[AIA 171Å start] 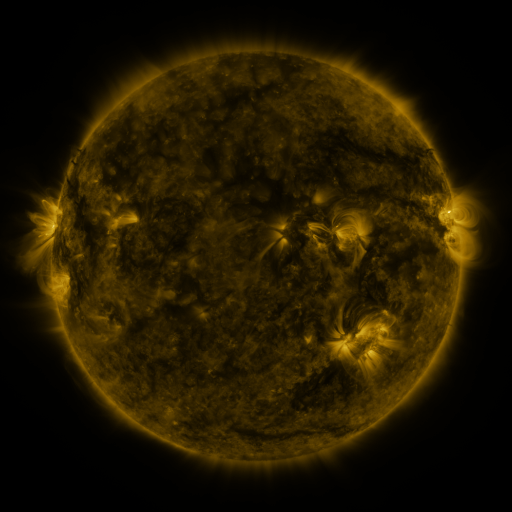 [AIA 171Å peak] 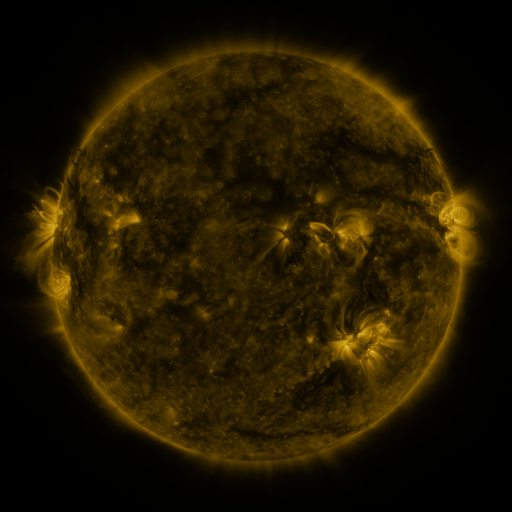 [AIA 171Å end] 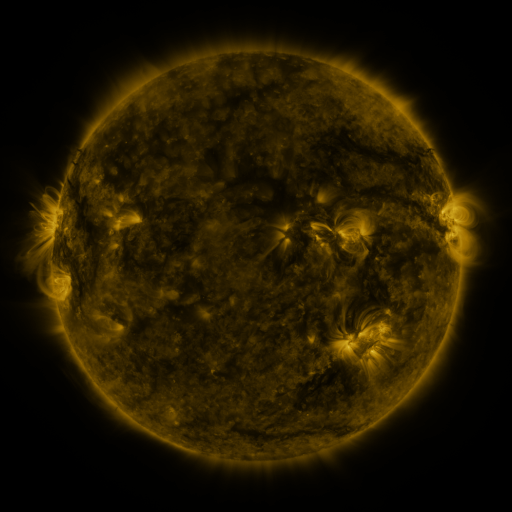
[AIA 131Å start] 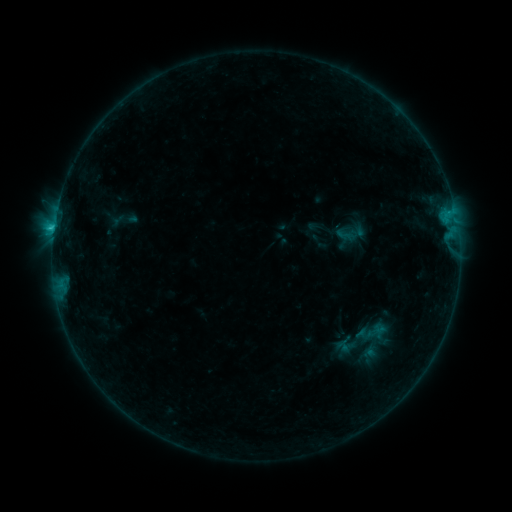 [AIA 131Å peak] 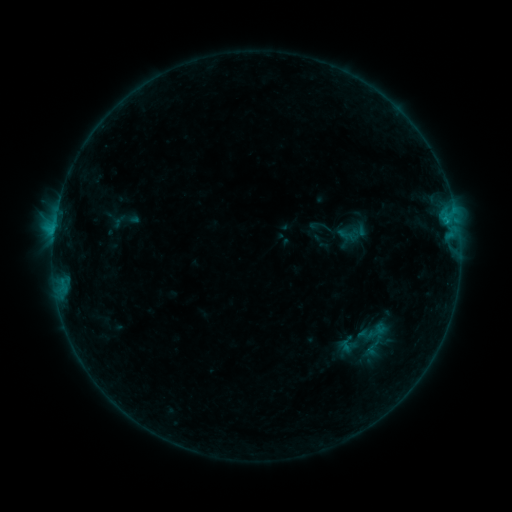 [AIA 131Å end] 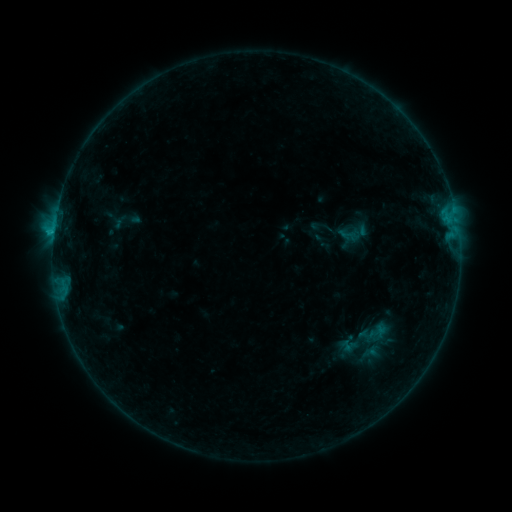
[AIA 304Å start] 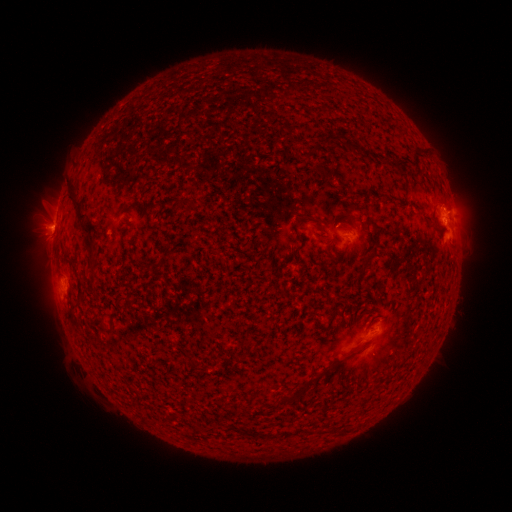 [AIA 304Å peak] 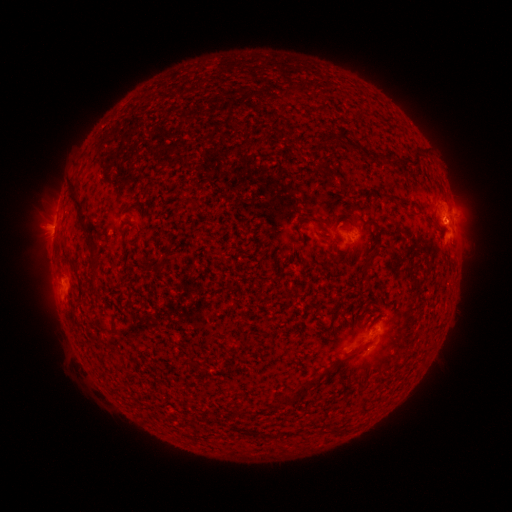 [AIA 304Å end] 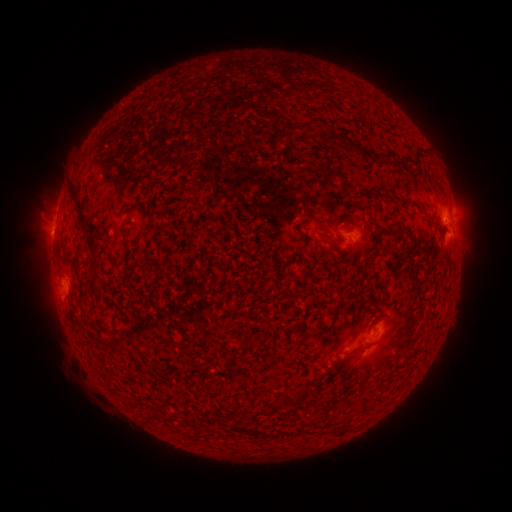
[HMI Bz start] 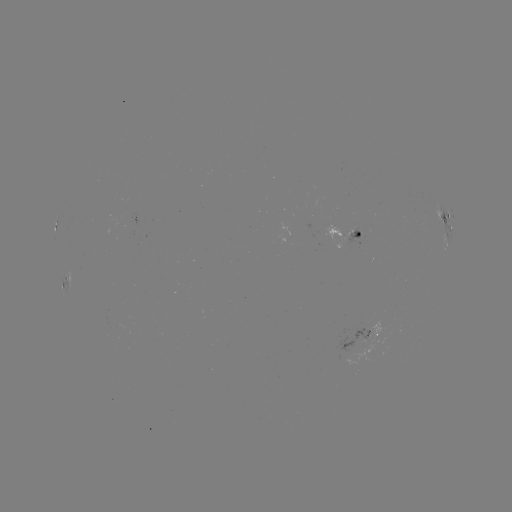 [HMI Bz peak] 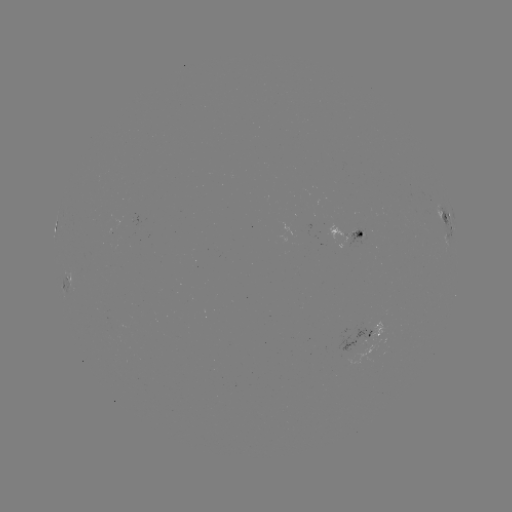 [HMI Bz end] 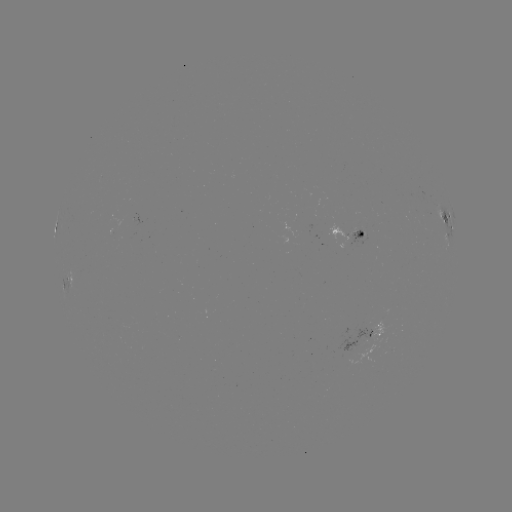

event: emerging-flux region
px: (369, 343)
